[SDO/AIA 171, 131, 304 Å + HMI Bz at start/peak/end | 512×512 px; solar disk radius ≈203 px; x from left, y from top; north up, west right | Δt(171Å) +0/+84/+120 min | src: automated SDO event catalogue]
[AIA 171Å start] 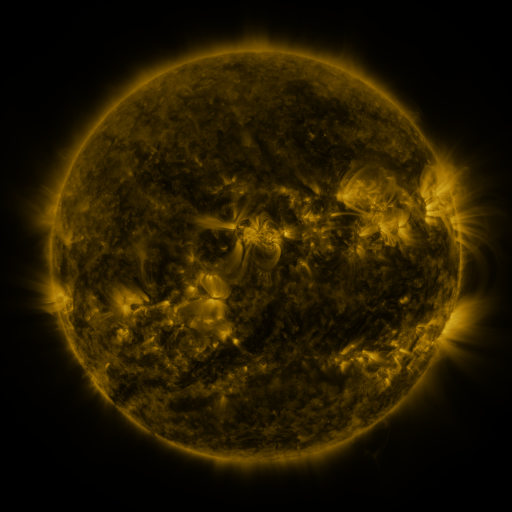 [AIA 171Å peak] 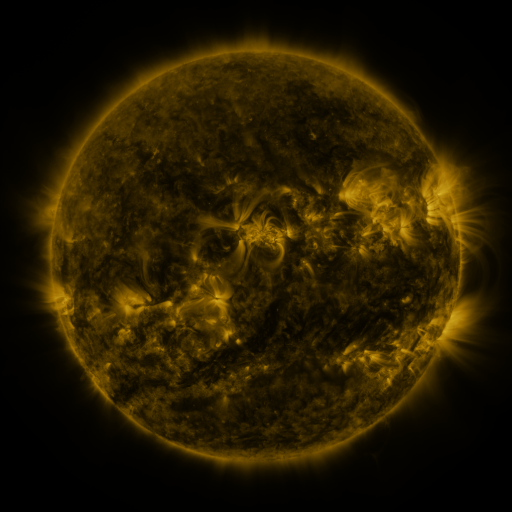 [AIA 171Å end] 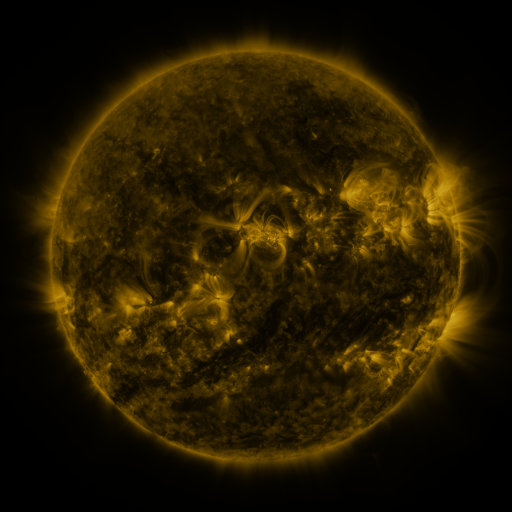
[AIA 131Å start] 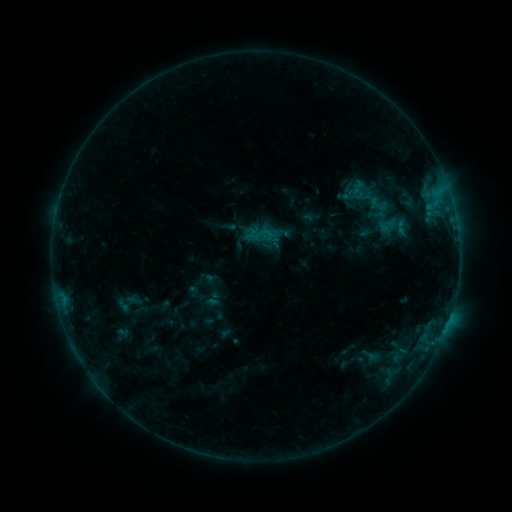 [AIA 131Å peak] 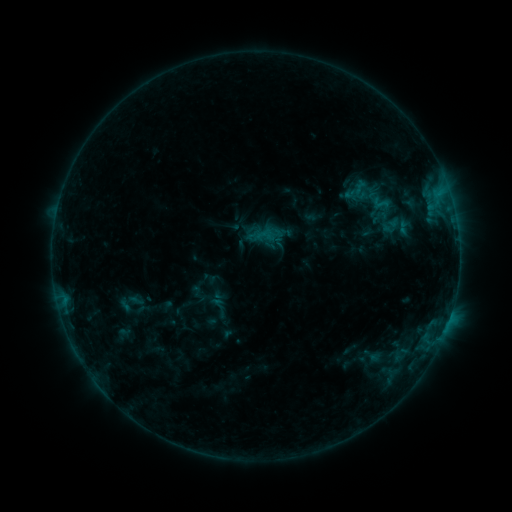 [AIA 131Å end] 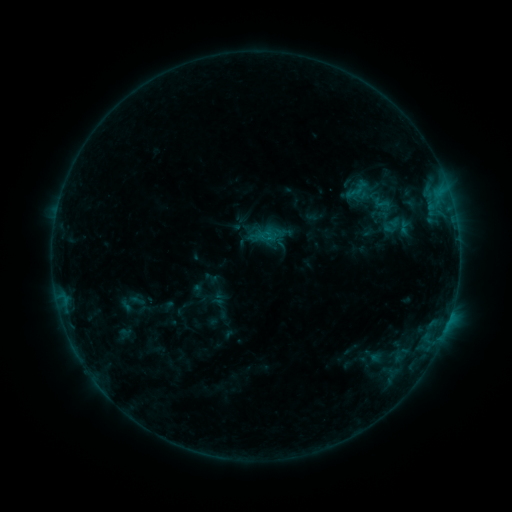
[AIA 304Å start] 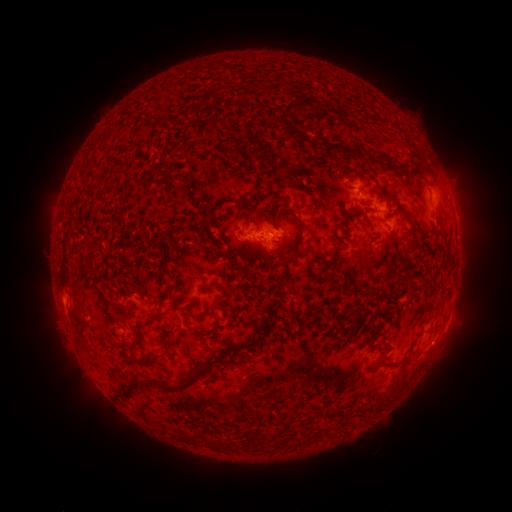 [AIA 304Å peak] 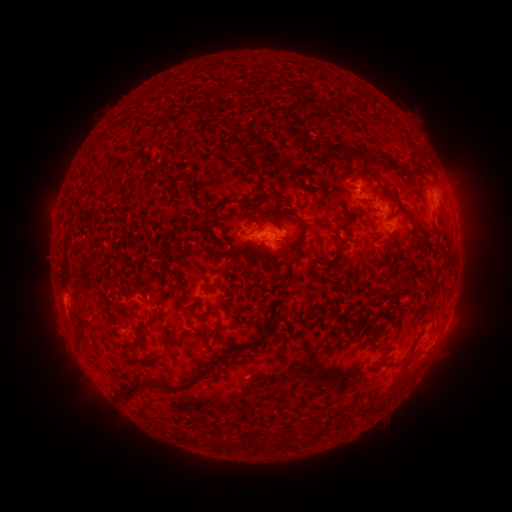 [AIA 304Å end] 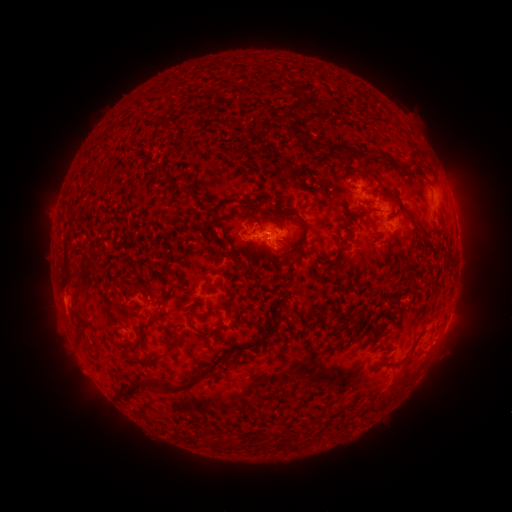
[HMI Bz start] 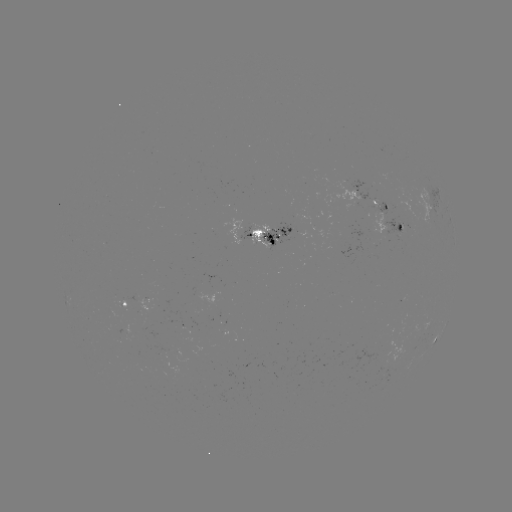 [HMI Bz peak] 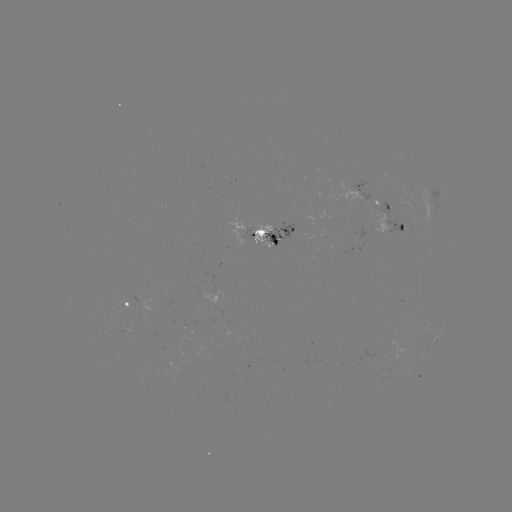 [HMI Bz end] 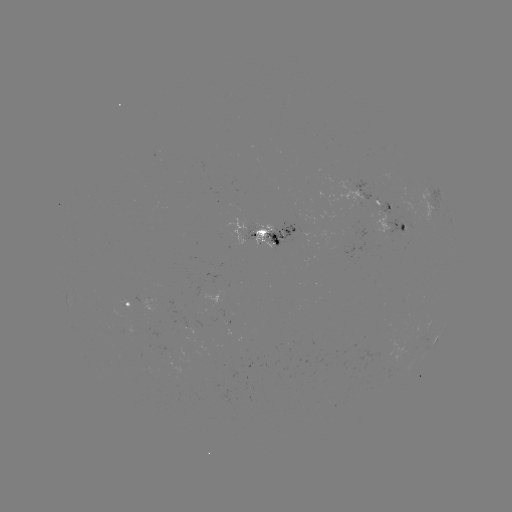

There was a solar emerging-flux region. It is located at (357, 197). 